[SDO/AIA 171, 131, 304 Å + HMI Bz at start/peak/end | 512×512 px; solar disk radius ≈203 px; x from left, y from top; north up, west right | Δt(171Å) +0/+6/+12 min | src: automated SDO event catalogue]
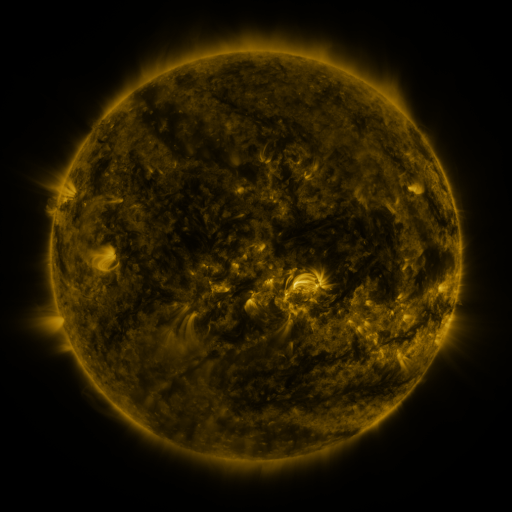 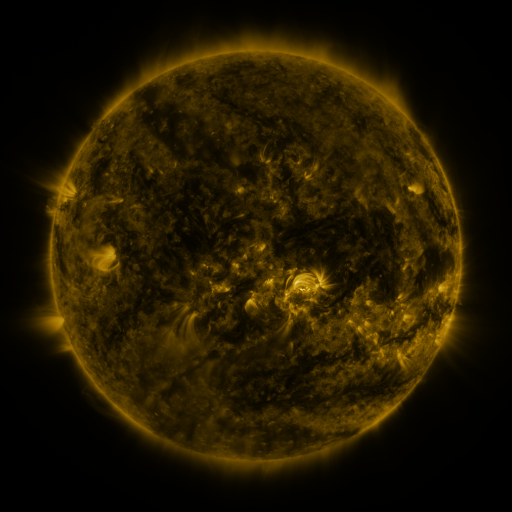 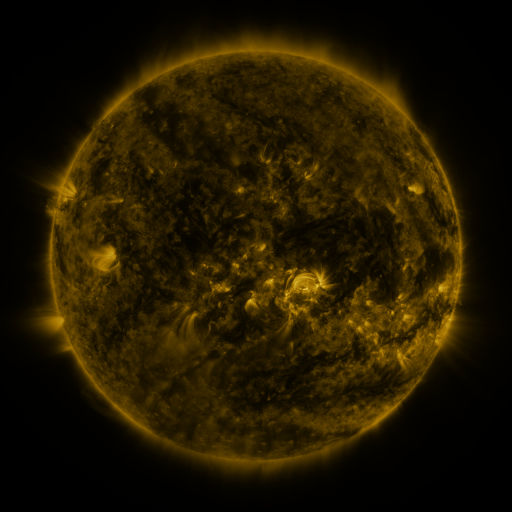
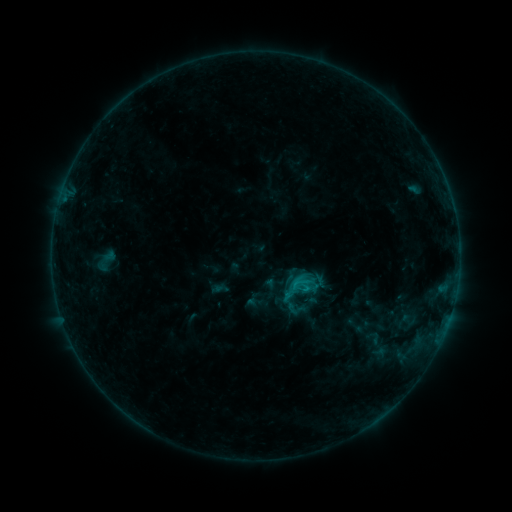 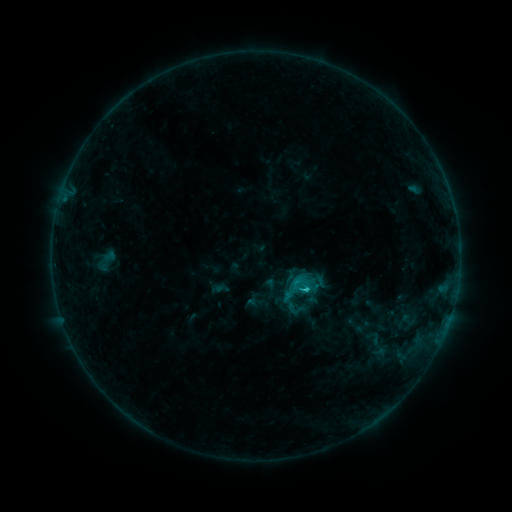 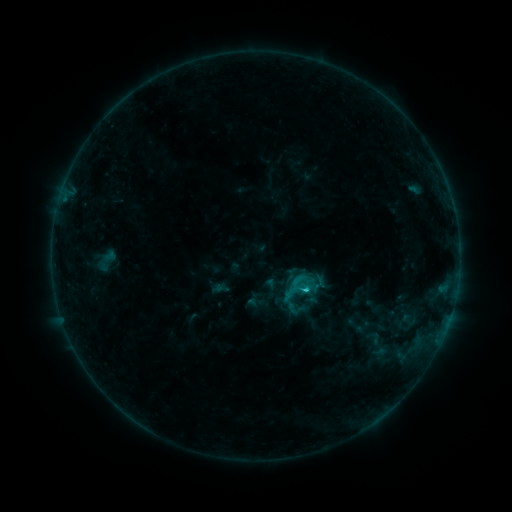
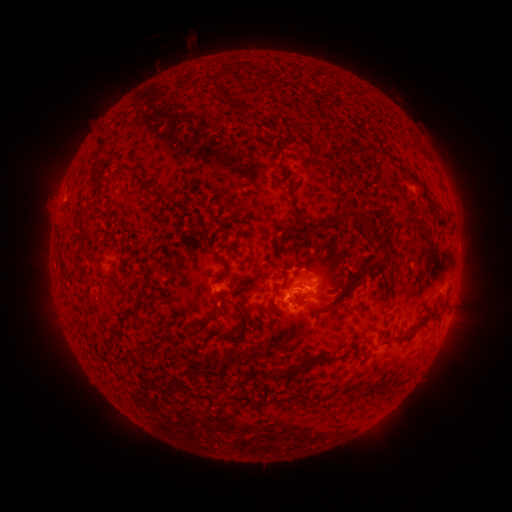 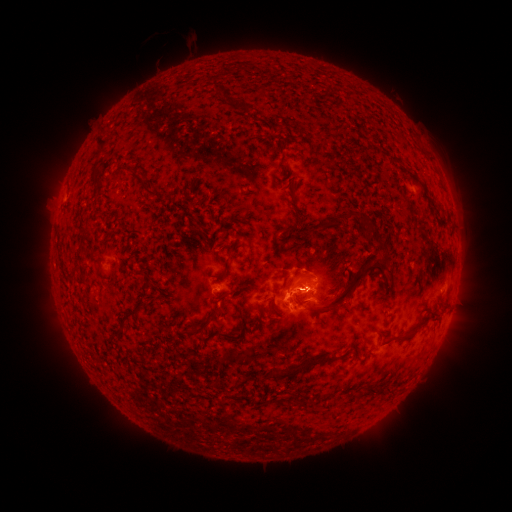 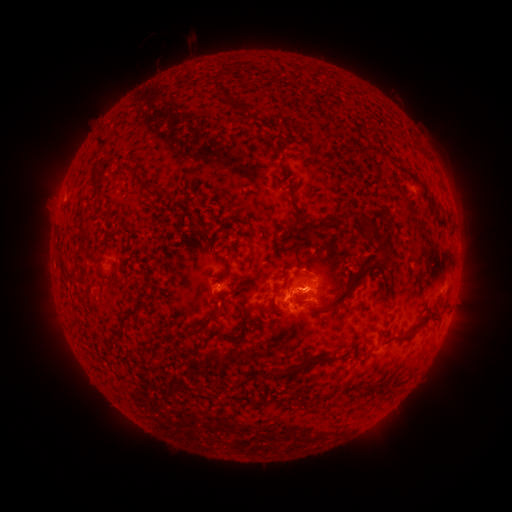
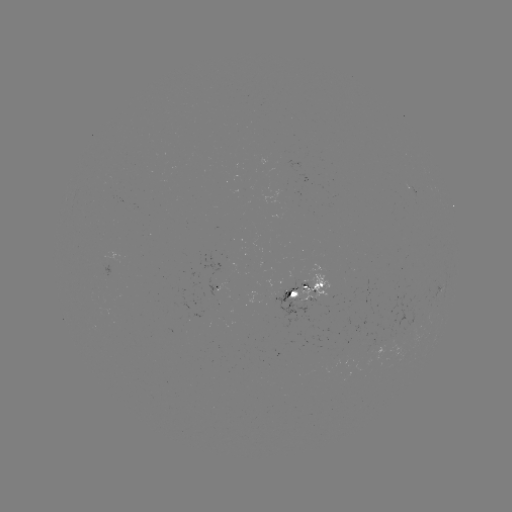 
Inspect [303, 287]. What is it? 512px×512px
C1.4 flare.